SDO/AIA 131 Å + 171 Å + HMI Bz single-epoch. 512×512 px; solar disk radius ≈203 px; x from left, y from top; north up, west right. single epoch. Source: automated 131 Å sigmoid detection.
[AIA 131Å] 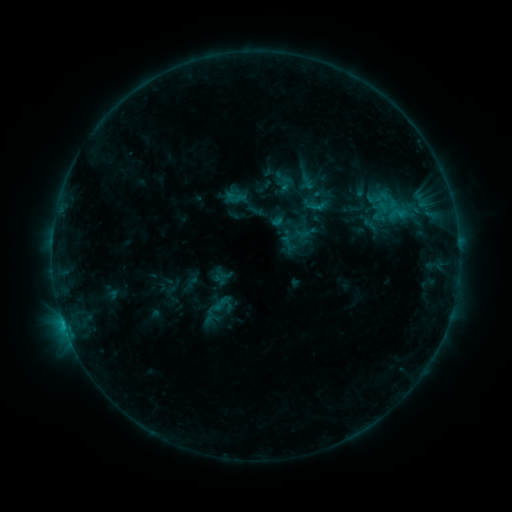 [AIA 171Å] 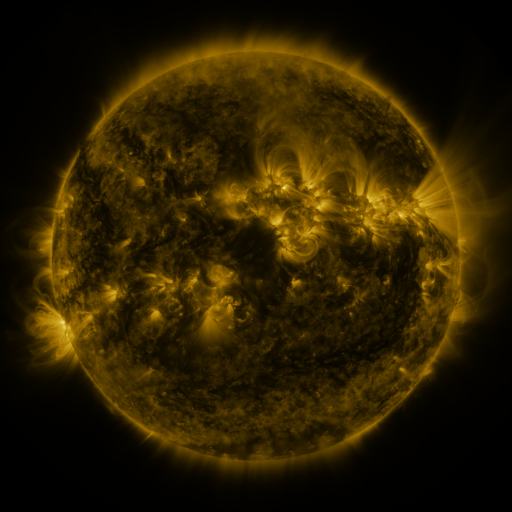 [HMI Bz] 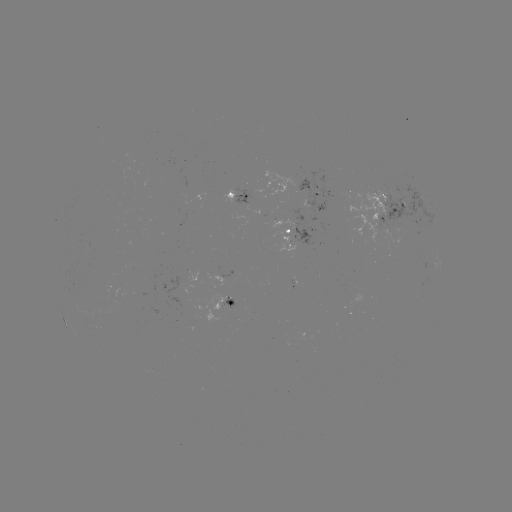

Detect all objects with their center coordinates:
sigmoid: (286, 184)
sigmoid: (244, 200)
sigmoid: (398, 213)
sigmoid: (224, 274)
sigmoid: (222, 304)
